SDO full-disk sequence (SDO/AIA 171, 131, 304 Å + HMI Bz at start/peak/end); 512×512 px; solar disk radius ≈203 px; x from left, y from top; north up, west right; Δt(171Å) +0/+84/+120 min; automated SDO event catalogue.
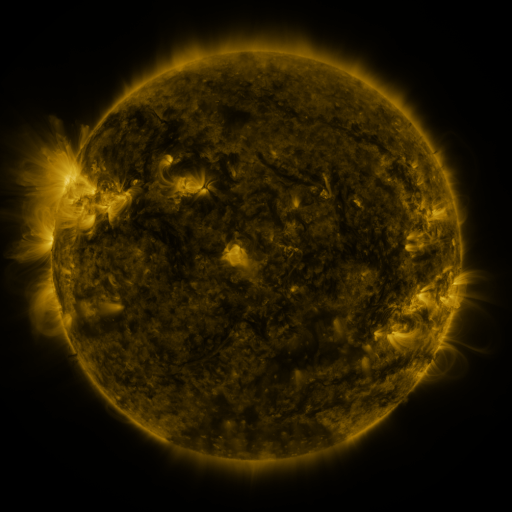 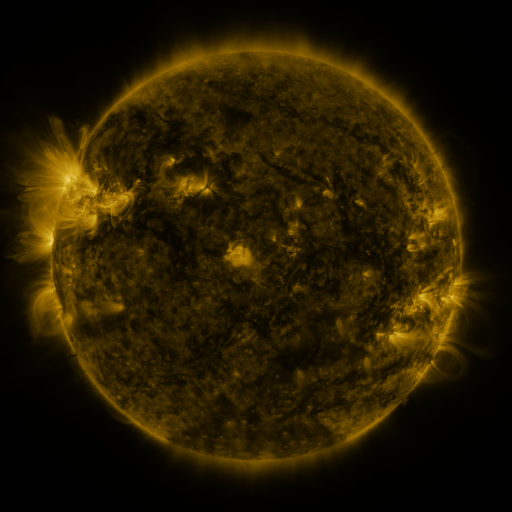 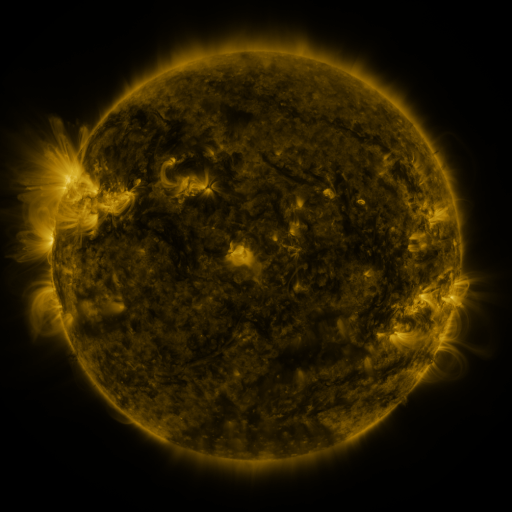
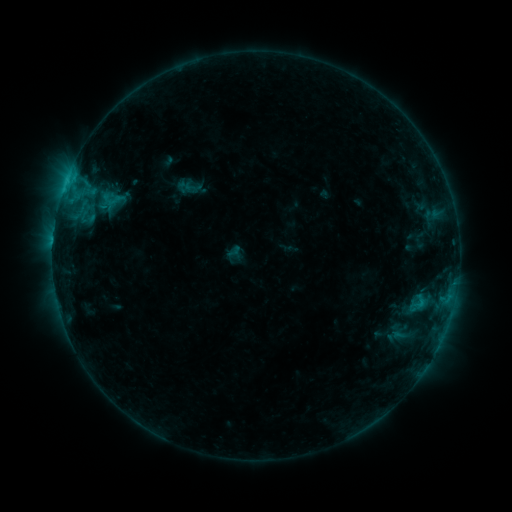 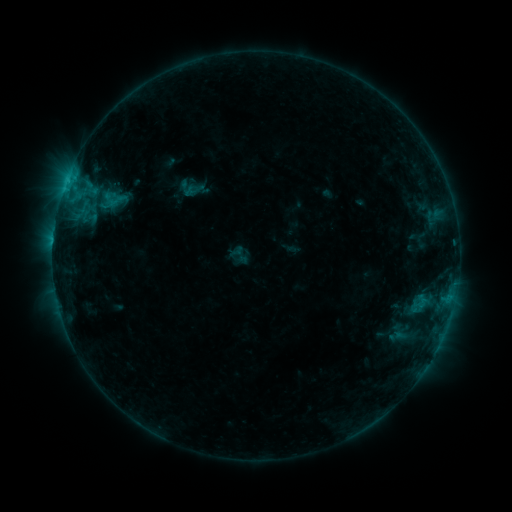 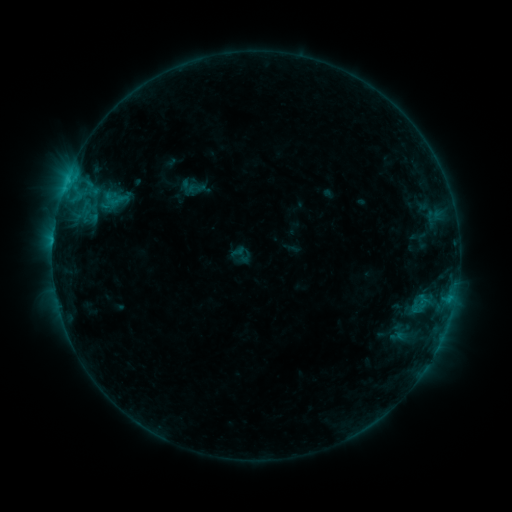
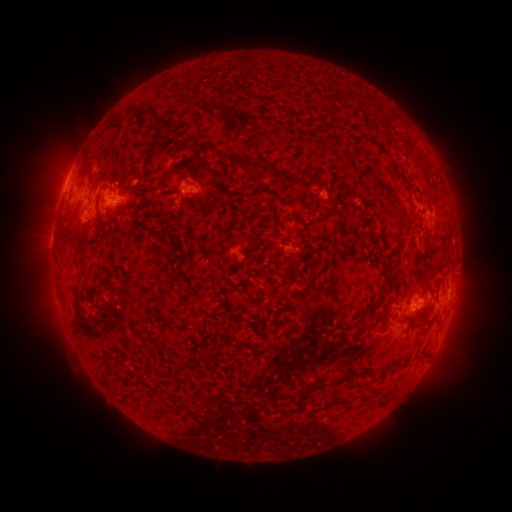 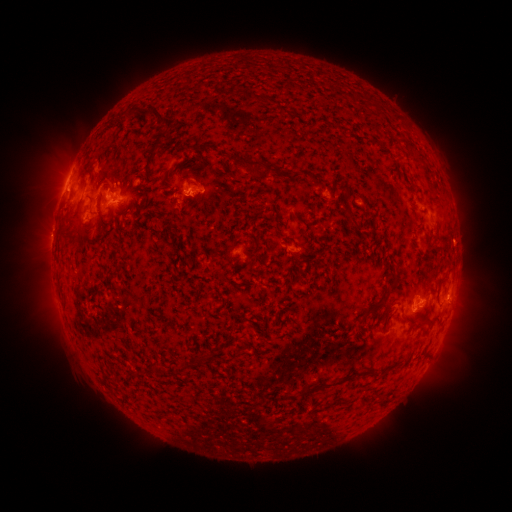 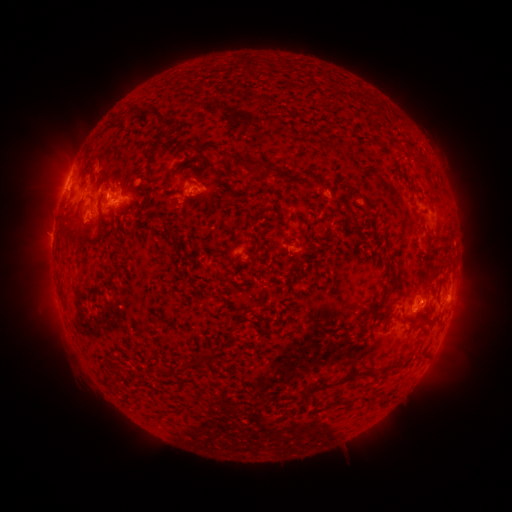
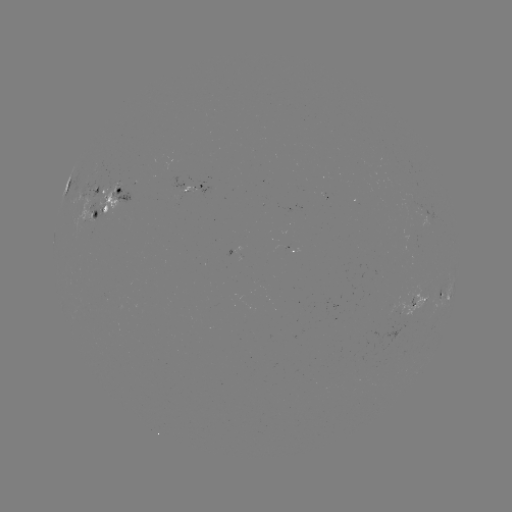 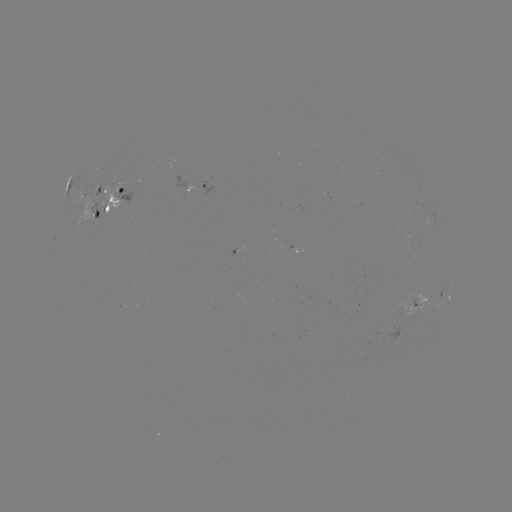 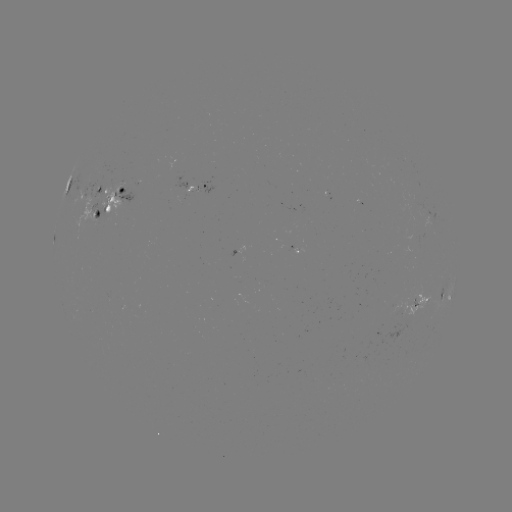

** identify emerging-flux region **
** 294,249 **